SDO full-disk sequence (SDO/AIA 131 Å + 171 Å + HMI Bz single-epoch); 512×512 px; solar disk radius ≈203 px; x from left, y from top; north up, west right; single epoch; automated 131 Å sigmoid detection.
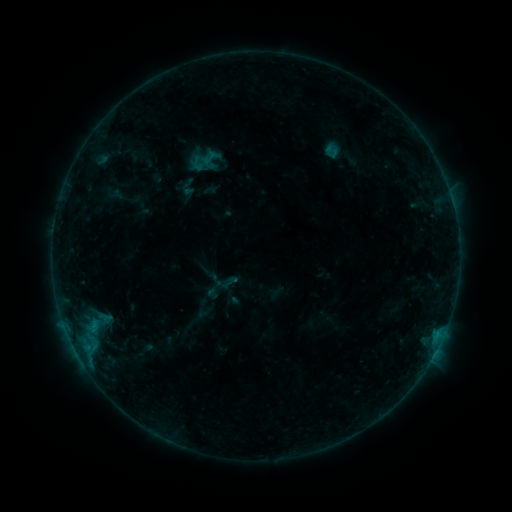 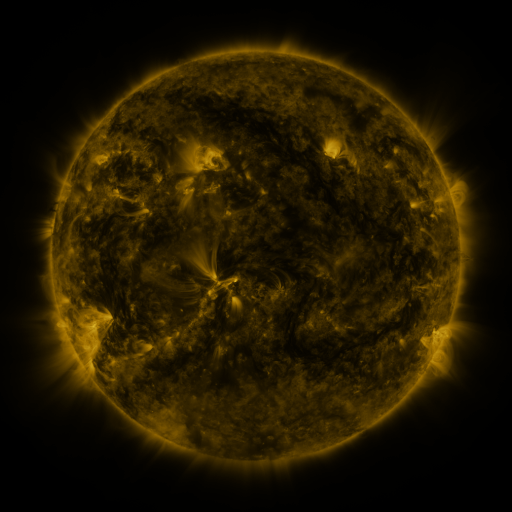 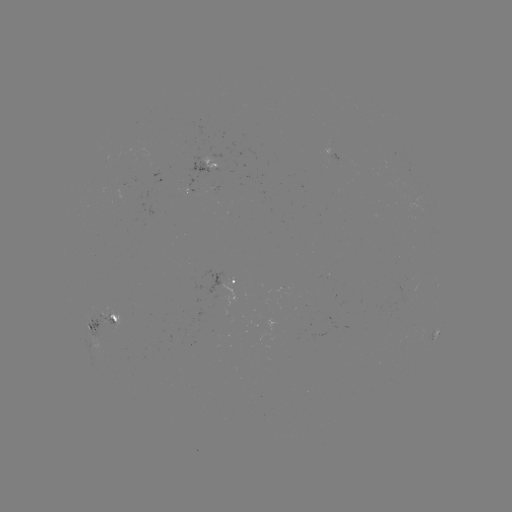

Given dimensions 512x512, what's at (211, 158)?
sigmoid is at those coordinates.